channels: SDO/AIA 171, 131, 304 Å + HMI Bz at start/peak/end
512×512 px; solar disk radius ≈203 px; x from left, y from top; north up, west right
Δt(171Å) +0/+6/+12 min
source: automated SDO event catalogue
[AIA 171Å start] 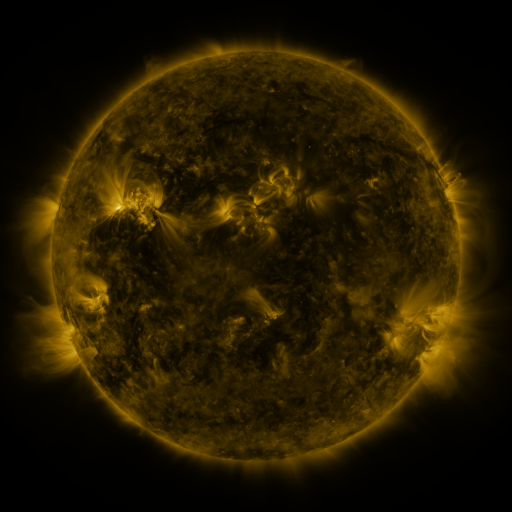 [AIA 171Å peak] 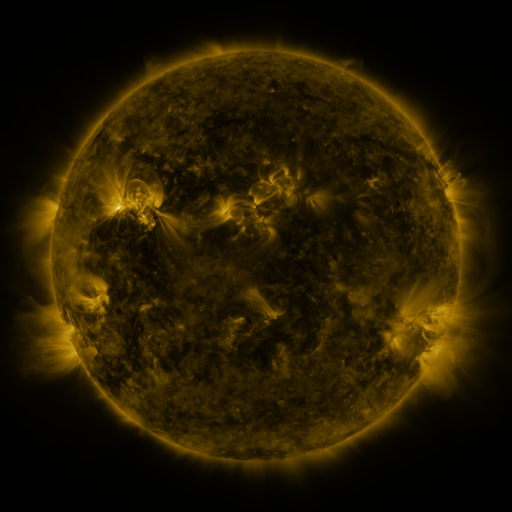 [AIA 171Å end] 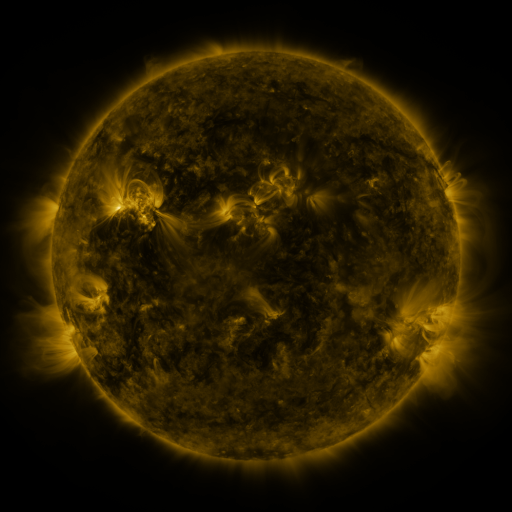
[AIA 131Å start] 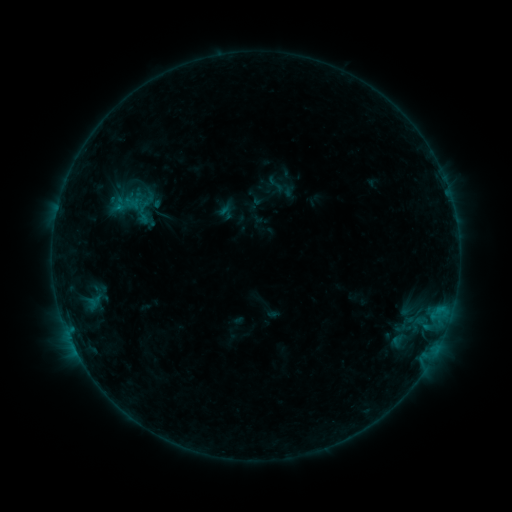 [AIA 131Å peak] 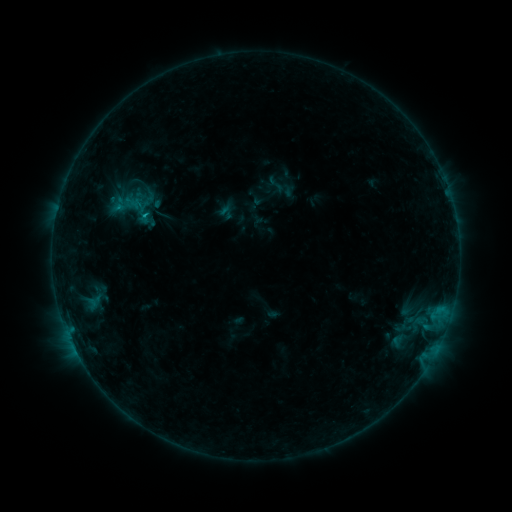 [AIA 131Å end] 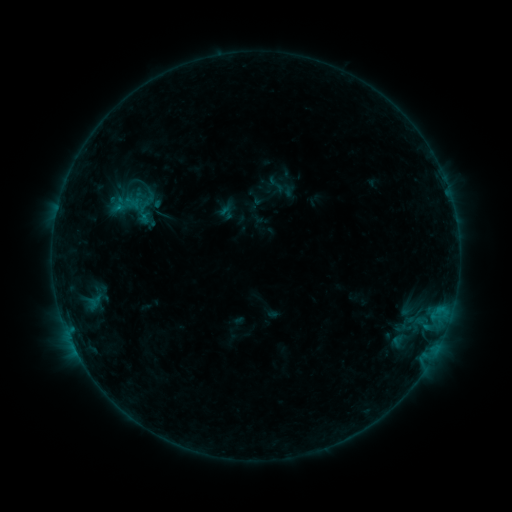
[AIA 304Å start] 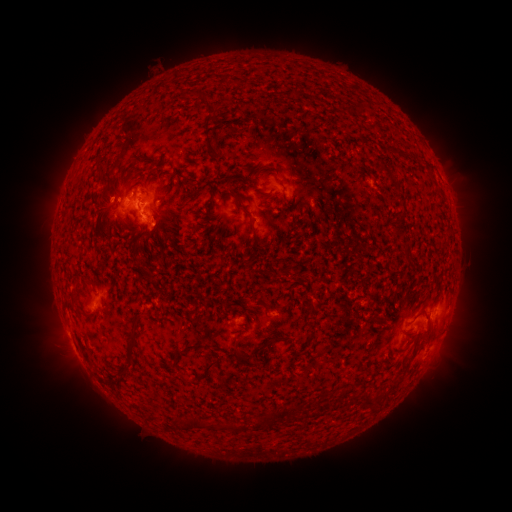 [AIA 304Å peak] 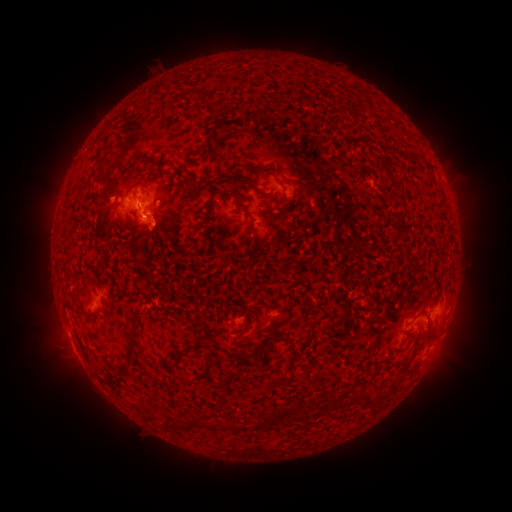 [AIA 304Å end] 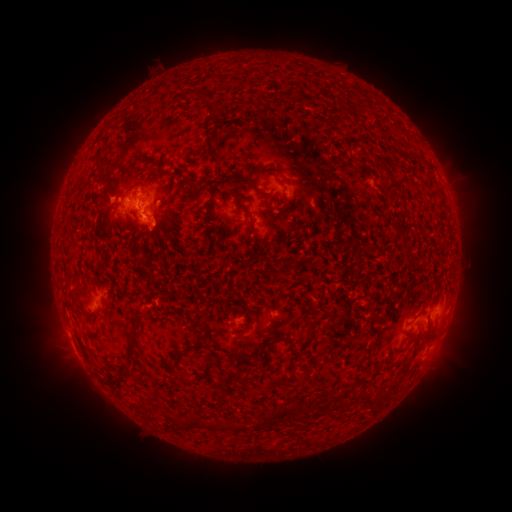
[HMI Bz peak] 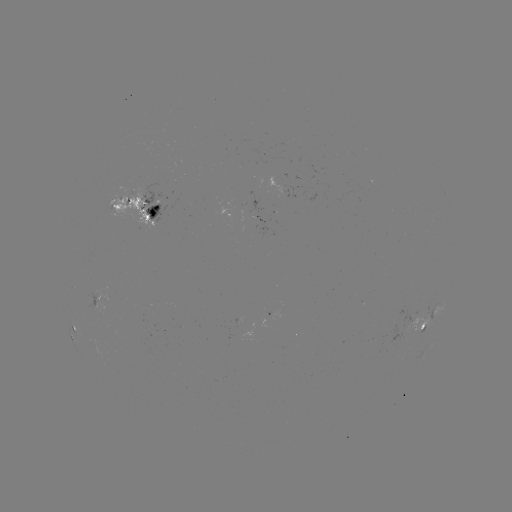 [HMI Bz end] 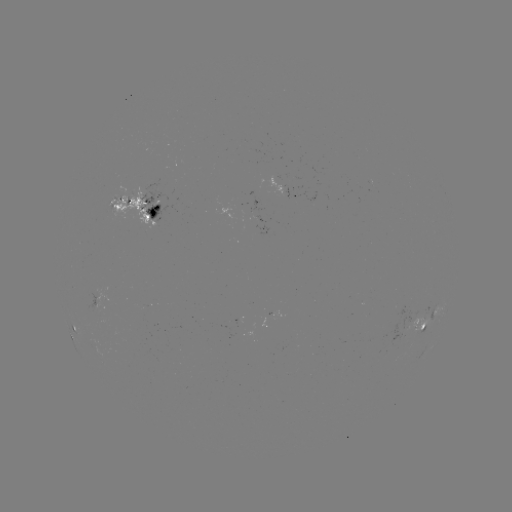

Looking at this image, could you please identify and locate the B5.4 flare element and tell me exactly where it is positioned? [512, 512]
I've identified B5.4 flare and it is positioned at [146, 217].